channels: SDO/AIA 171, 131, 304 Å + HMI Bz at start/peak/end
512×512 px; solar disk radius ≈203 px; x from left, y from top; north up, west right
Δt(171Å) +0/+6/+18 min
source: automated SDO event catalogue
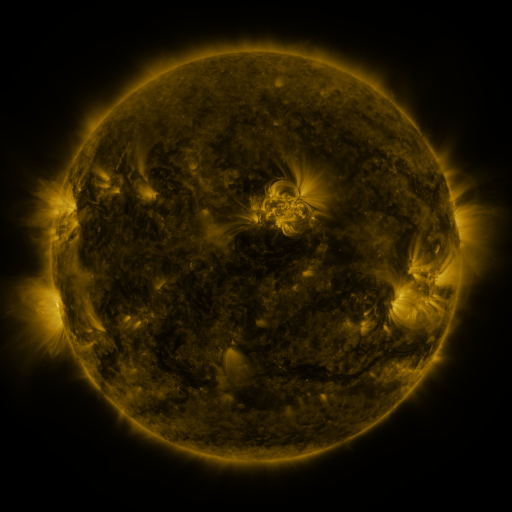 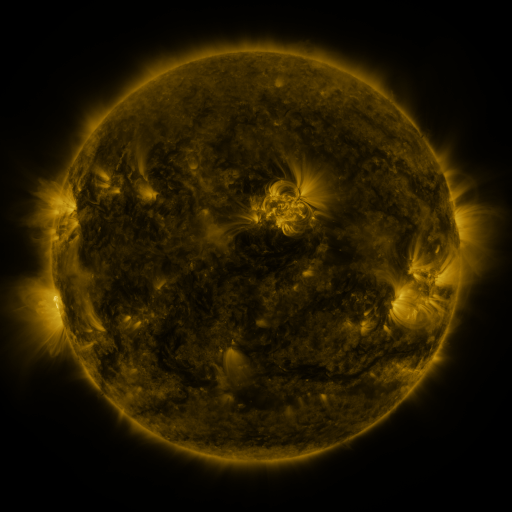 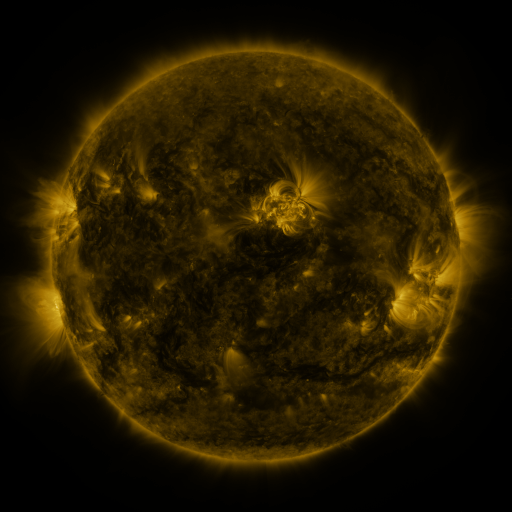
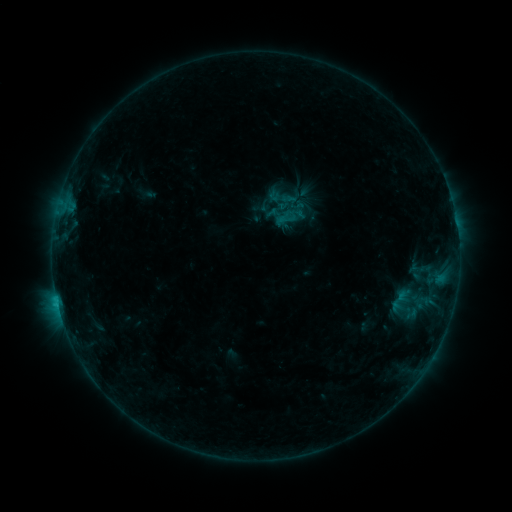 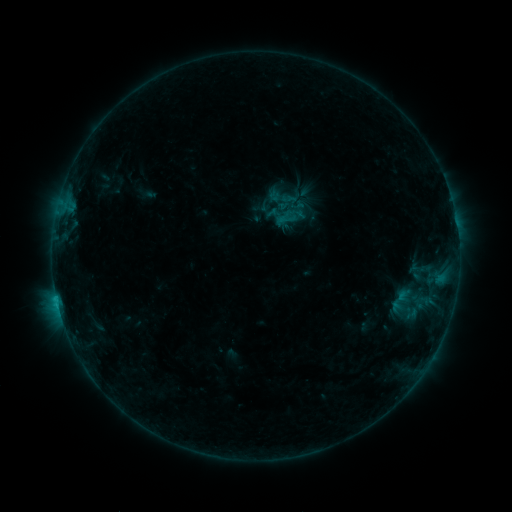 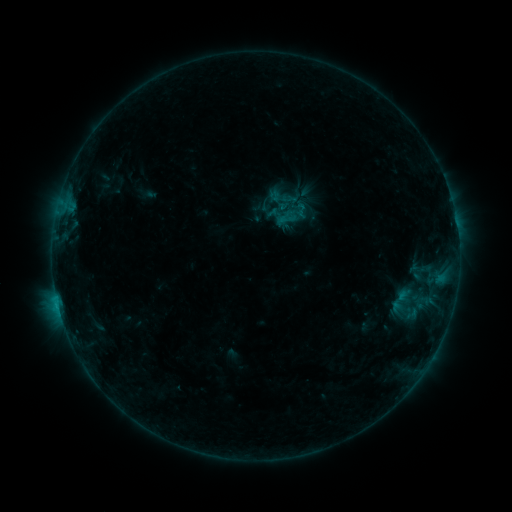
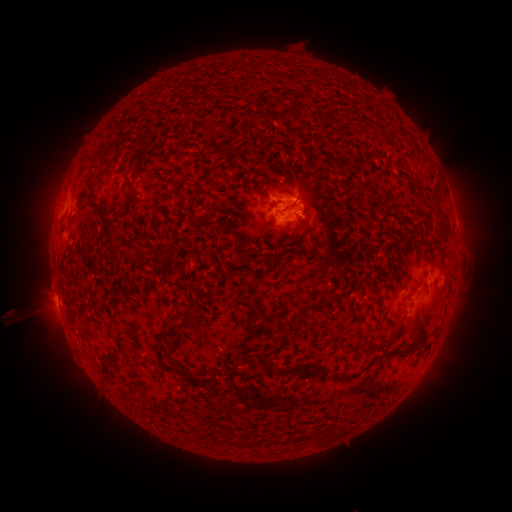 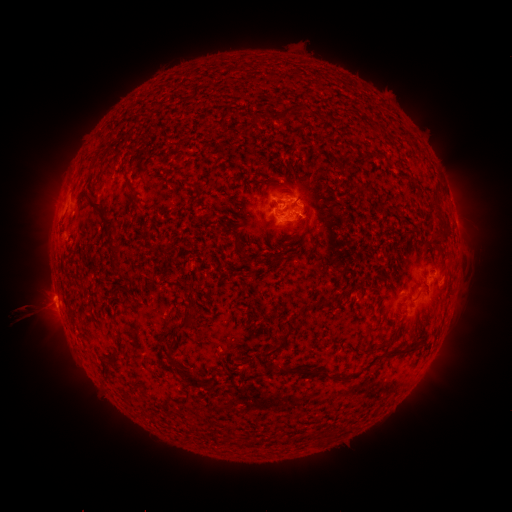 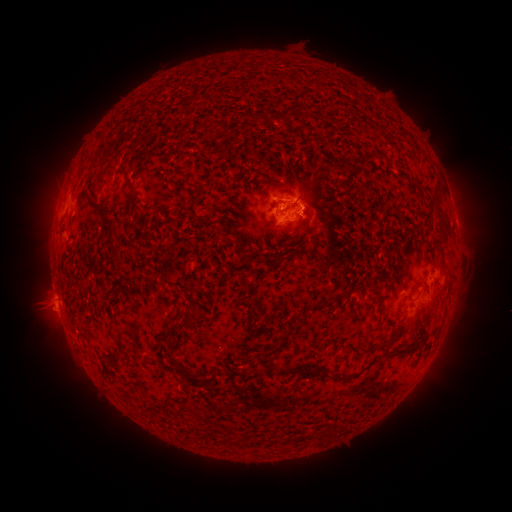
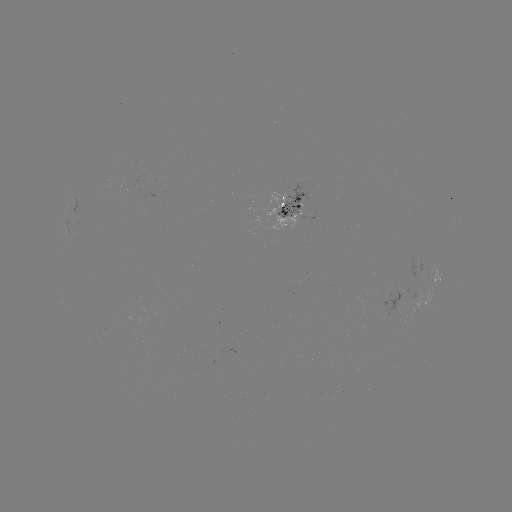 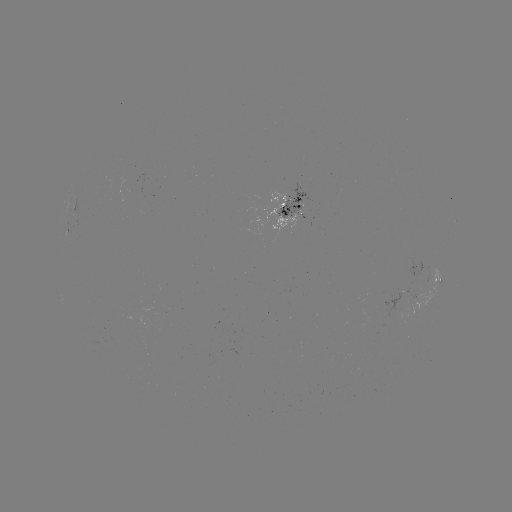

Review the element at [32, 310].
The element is eruption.